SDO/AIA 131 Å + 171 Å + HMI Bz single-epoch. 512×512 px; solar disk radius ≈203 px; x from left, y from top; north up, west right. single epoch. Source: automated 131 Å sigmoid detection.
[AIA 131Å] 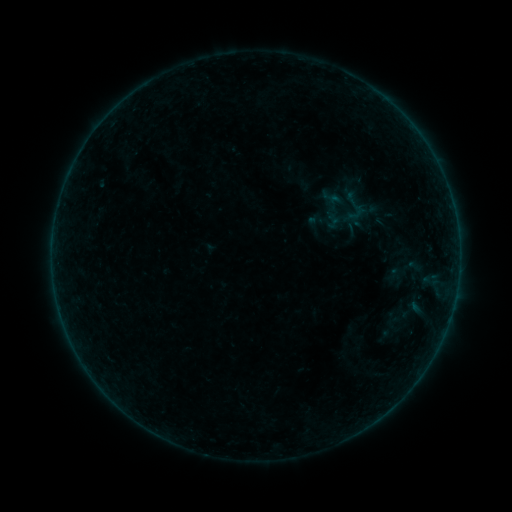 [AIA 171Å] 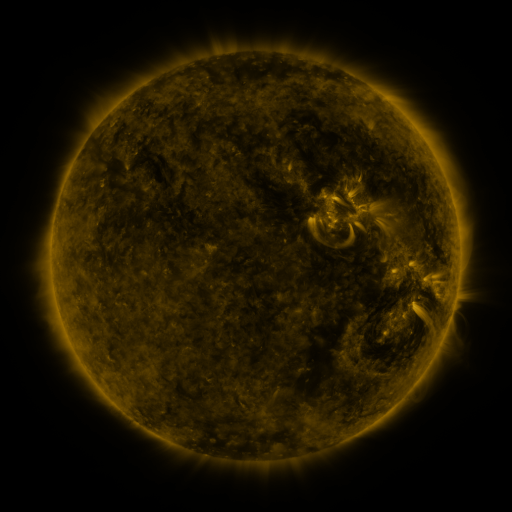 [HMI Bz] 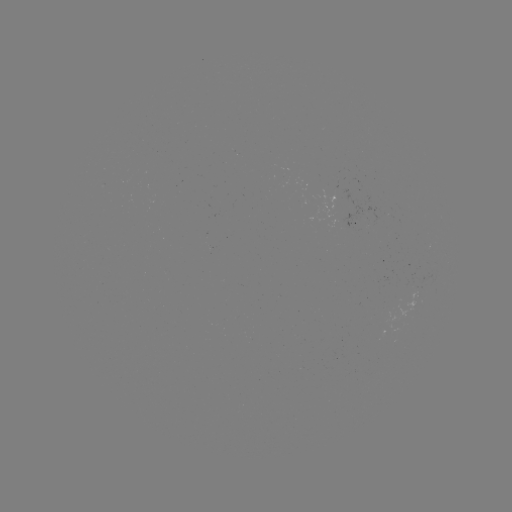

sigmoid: [384, 248, 427, 291]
